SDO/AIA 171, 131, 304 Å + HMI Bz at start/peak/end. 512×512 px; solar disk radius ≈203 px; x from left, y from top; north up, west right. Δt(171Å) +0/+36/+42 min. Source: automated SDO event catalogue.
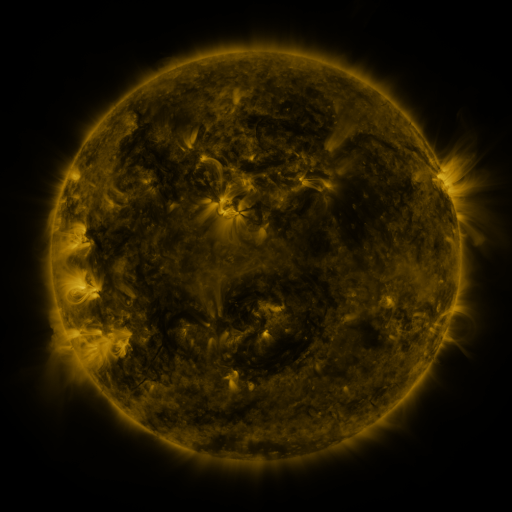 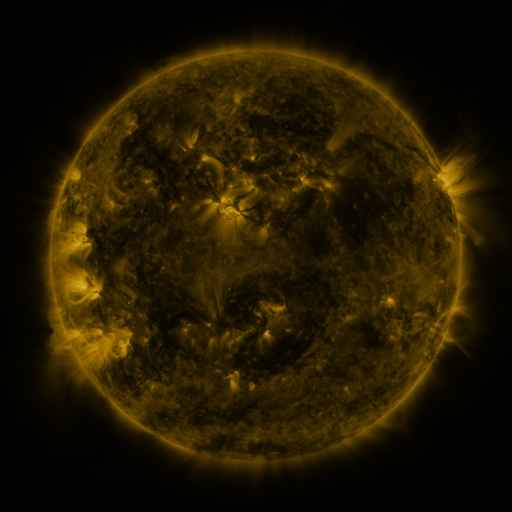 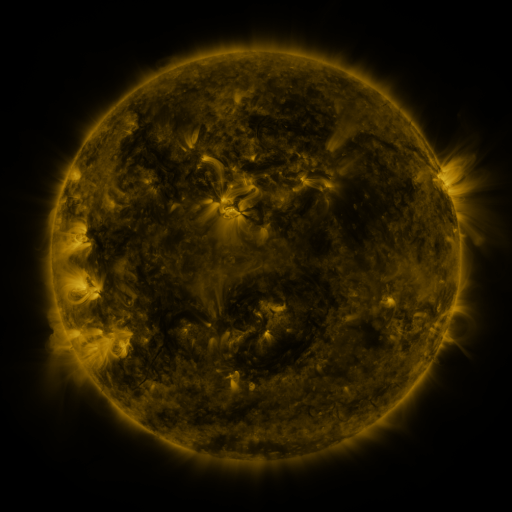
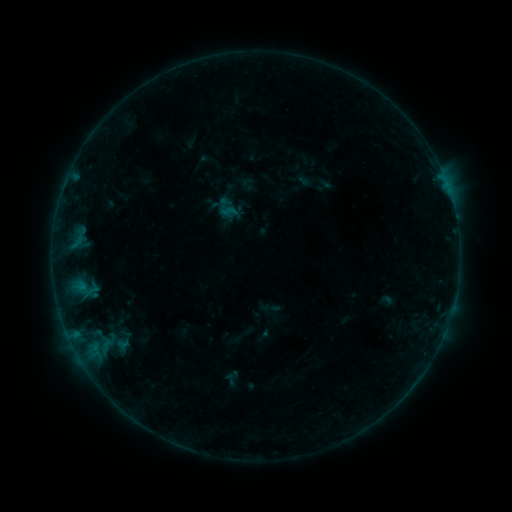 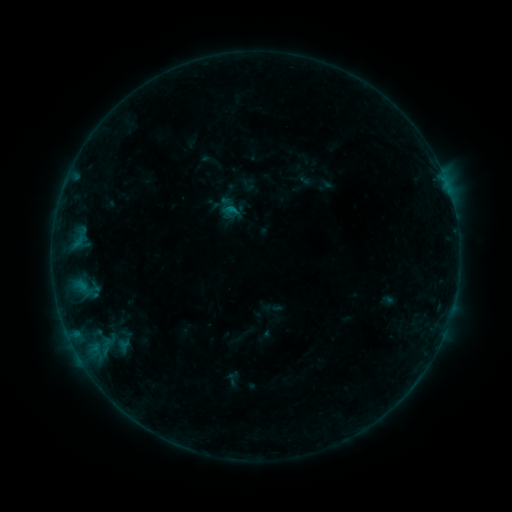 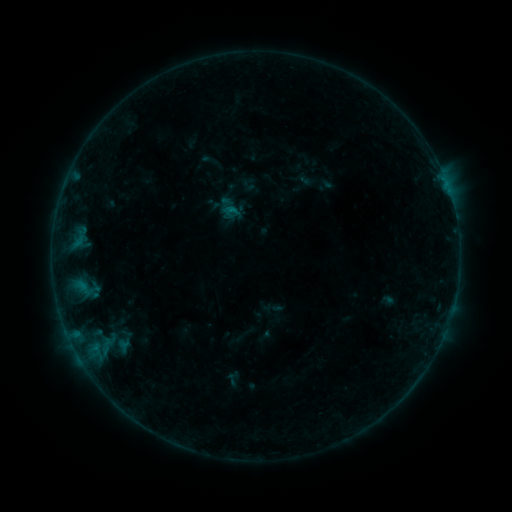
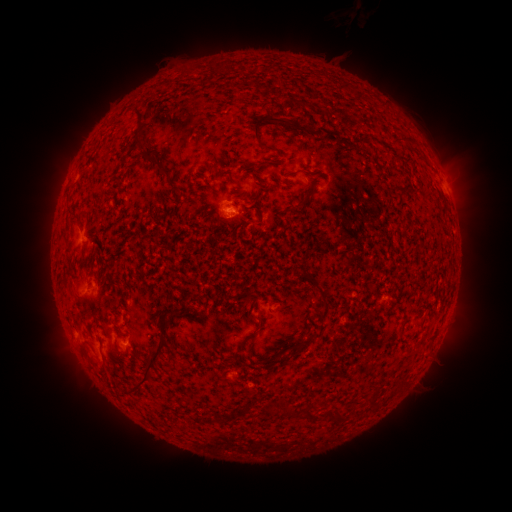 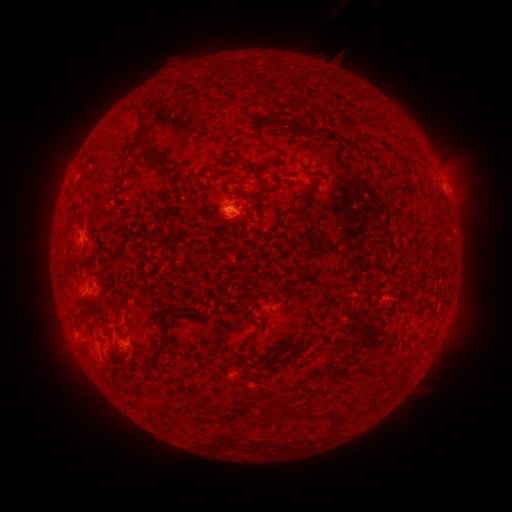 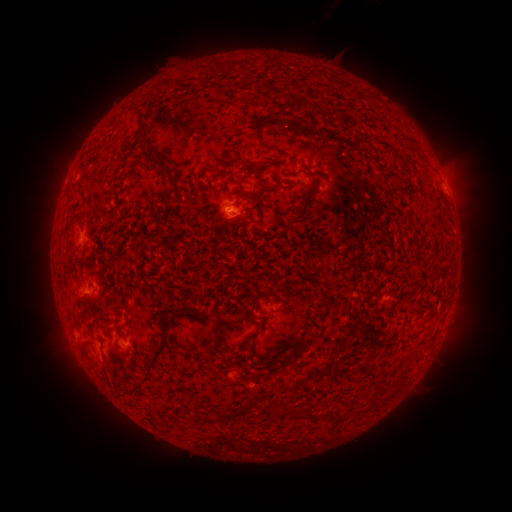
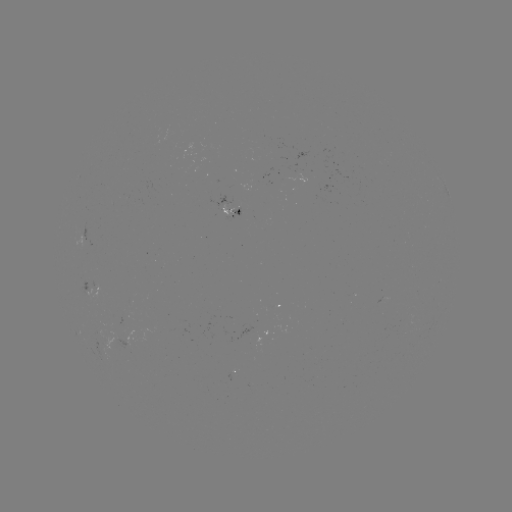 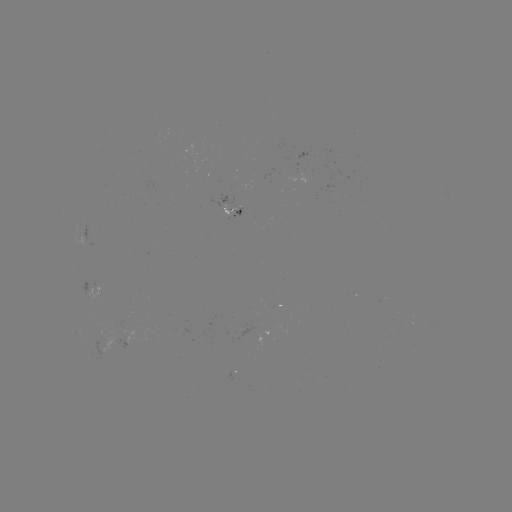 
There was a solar flare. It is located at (234, 210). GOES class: B3.2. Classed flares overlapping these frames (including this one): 1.